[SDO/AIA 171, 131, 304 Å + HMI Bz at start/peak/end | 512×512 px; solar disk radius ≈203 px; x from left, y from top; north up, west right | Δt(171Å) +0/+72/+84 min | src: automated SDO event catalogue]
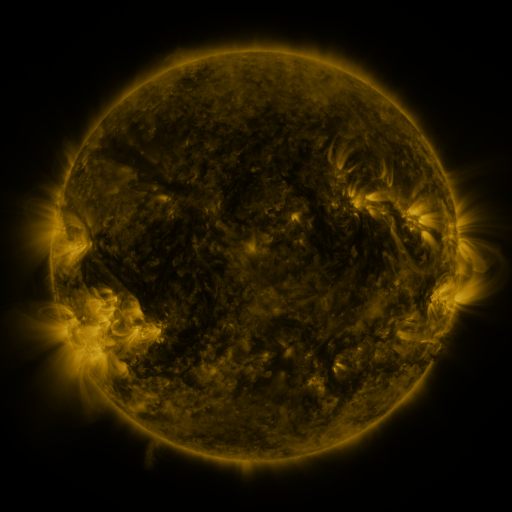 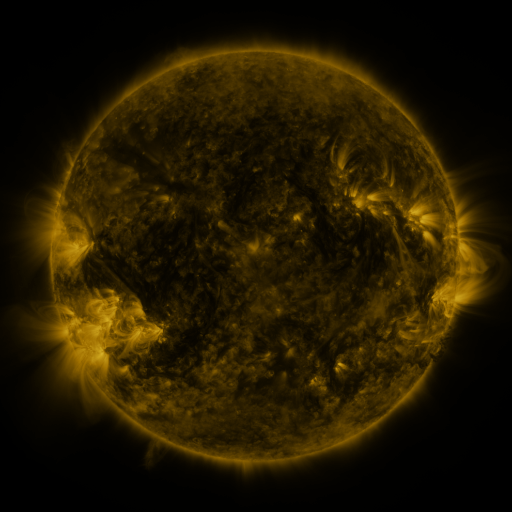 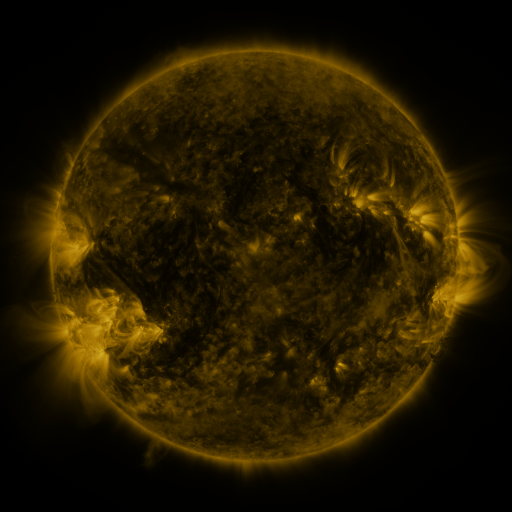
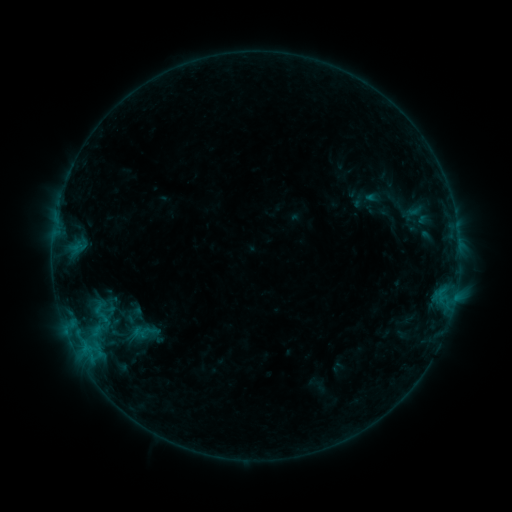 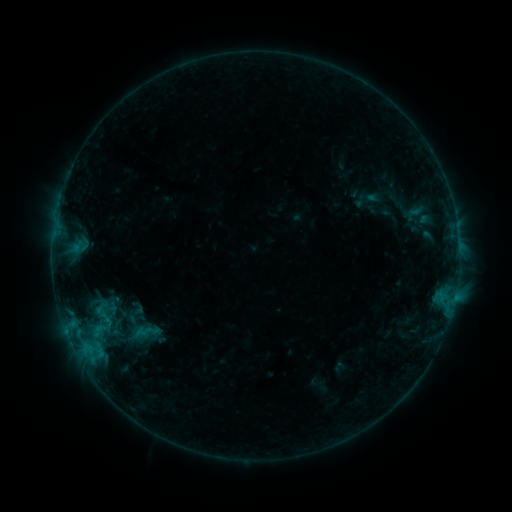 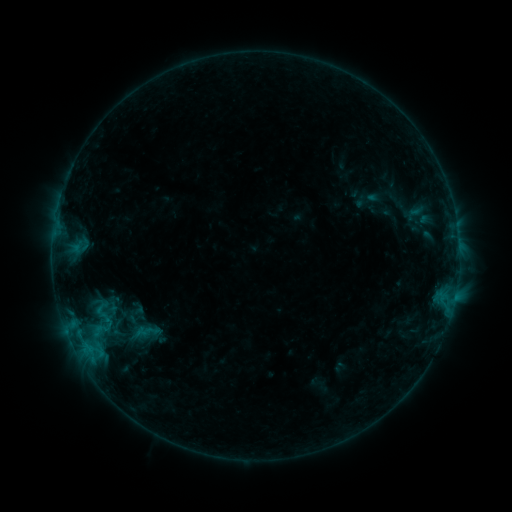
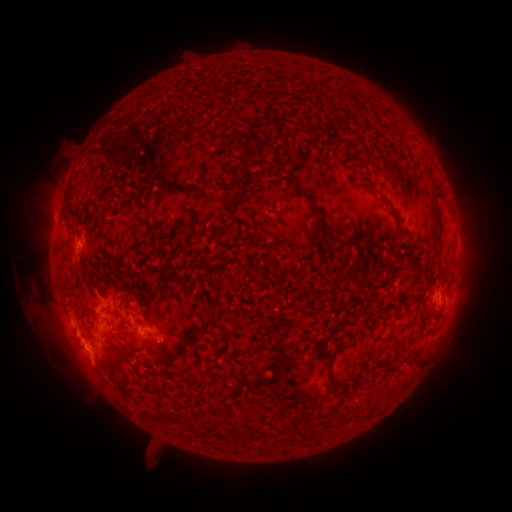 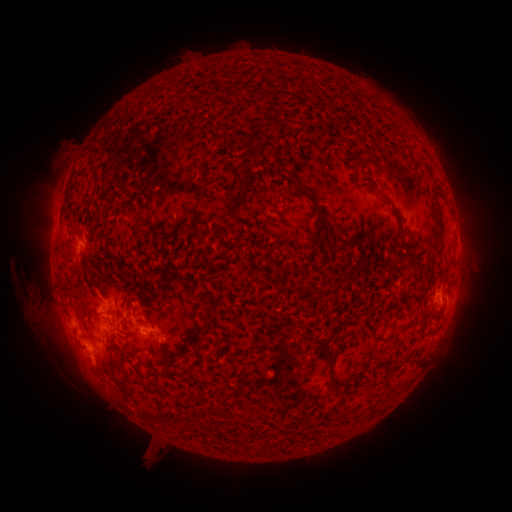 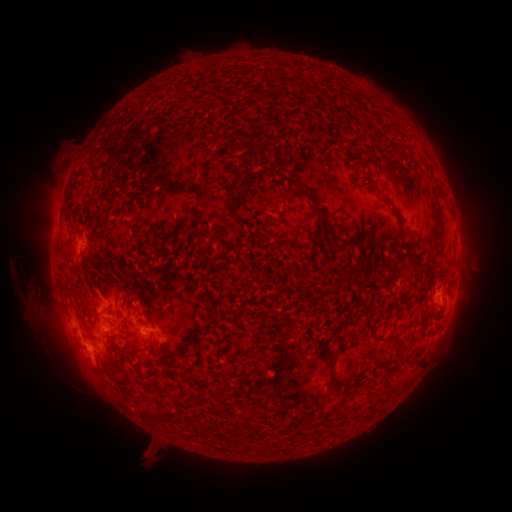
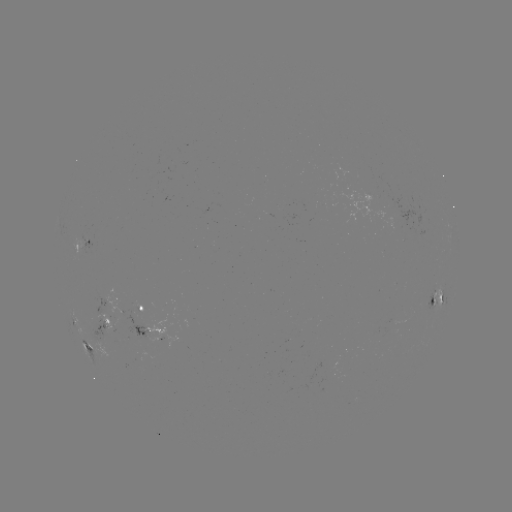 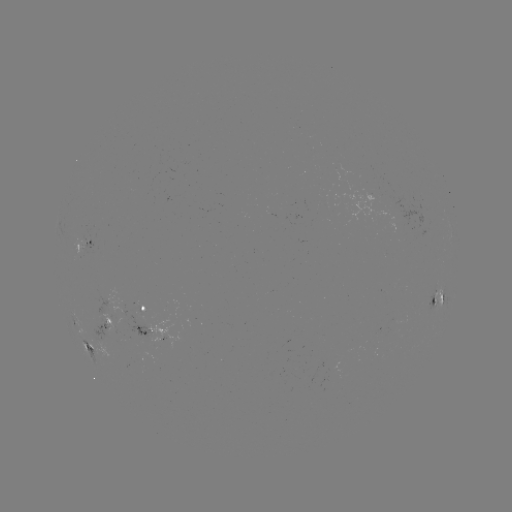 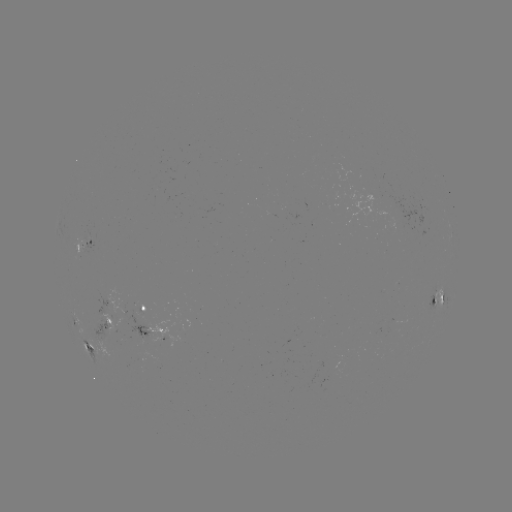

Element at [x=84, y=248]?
emerging-flux region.